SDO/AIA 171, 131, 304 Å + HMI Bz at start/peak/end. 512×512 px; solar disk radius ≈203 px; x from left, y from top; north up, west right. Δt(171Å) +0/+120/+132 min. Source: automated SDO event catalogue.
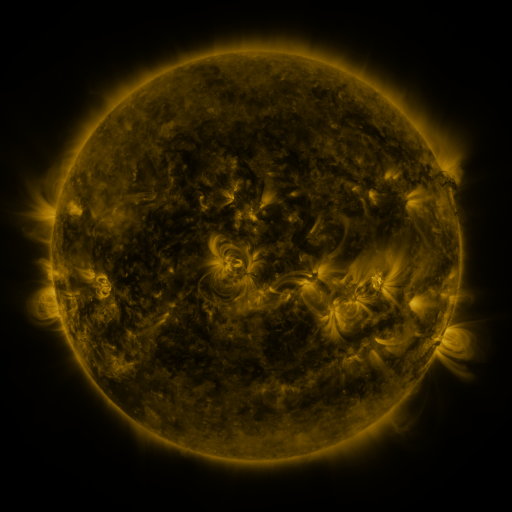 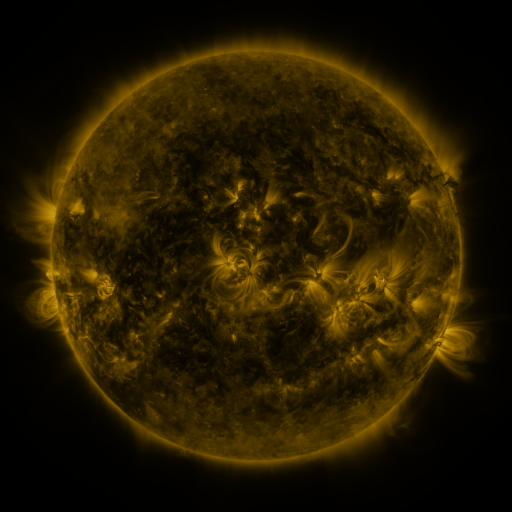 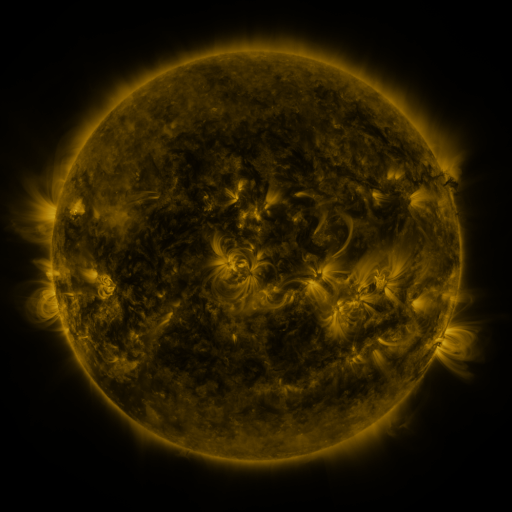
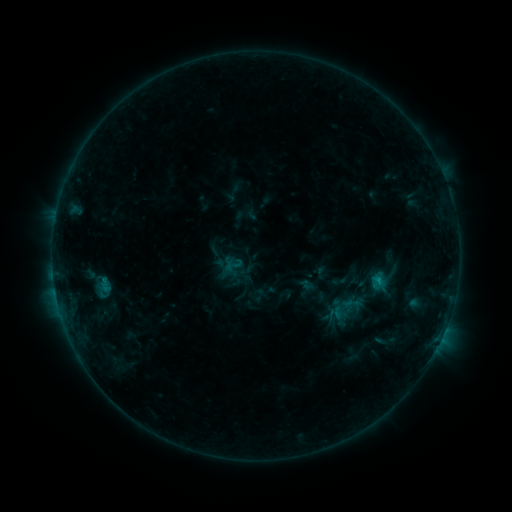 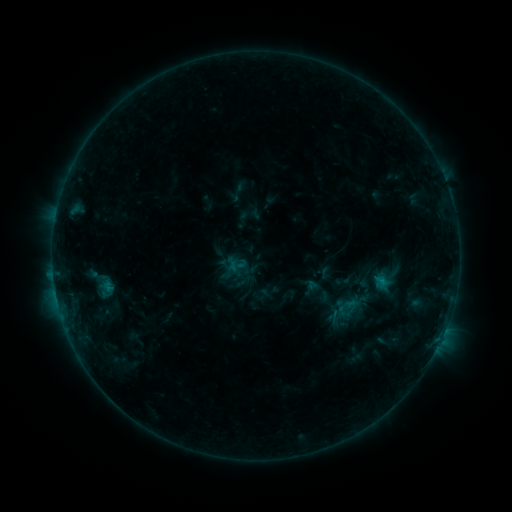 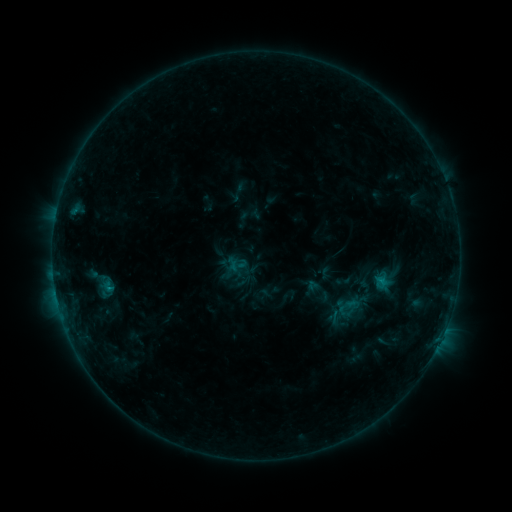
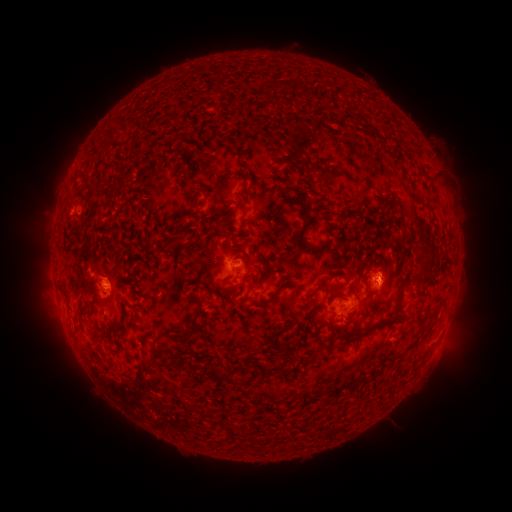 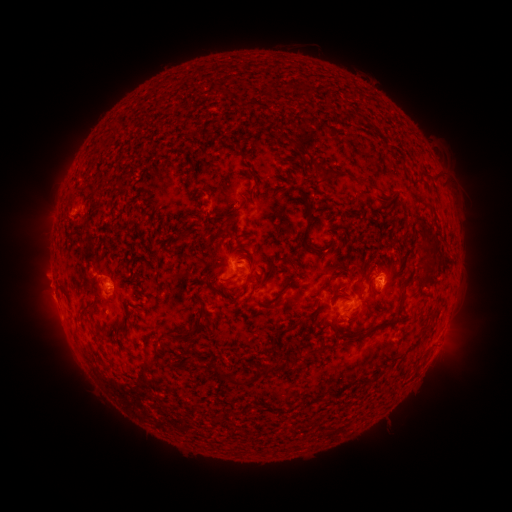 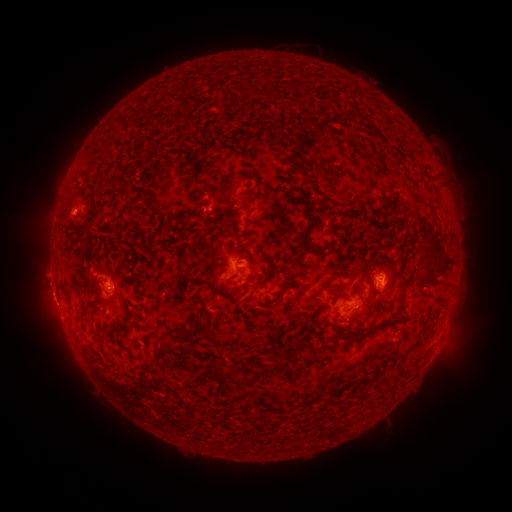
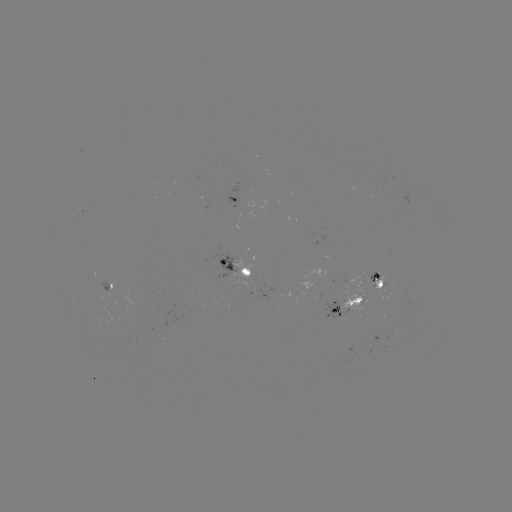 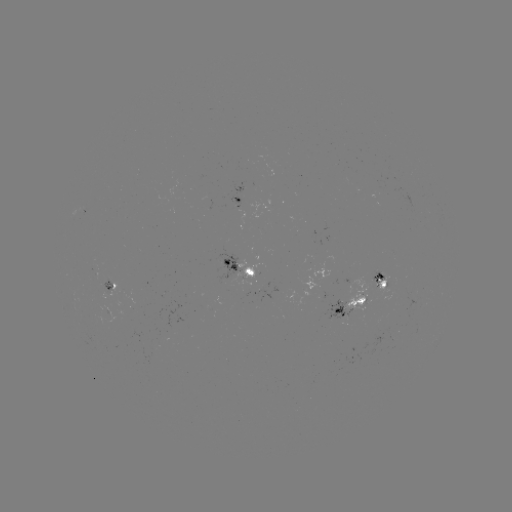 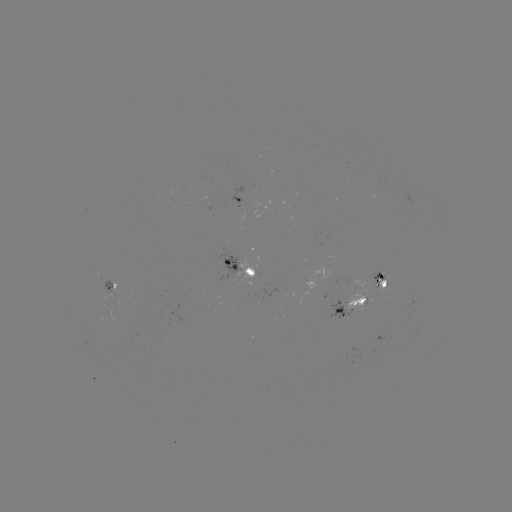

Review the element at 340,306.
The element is emerging-flux region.